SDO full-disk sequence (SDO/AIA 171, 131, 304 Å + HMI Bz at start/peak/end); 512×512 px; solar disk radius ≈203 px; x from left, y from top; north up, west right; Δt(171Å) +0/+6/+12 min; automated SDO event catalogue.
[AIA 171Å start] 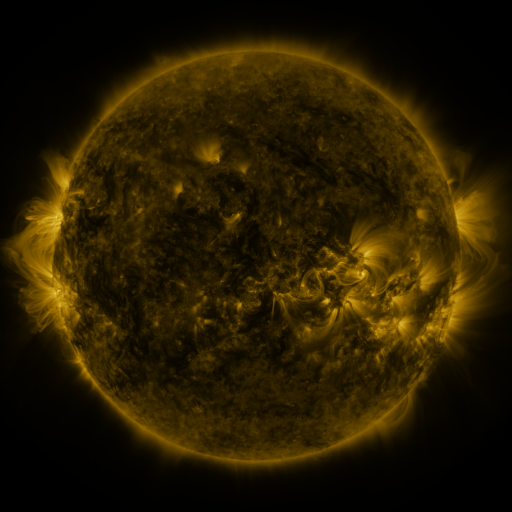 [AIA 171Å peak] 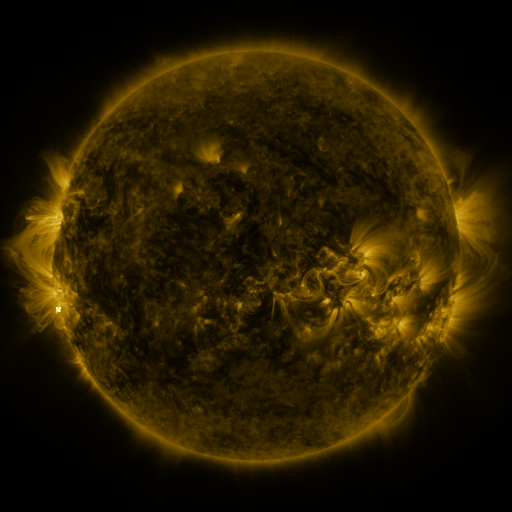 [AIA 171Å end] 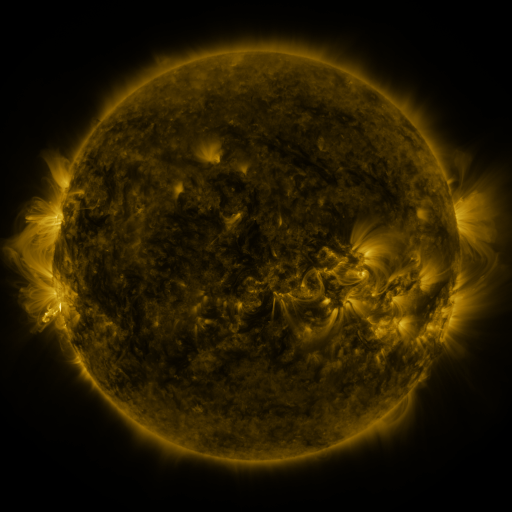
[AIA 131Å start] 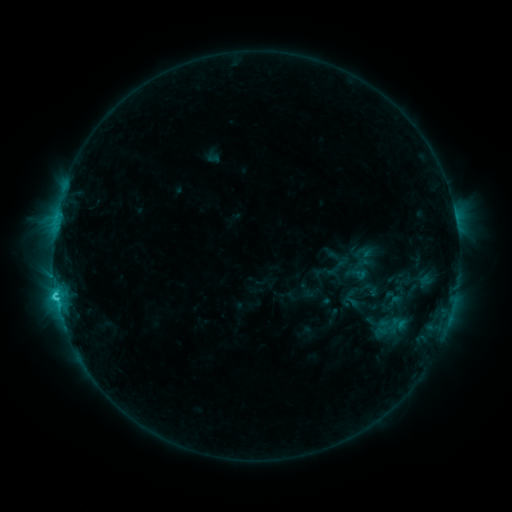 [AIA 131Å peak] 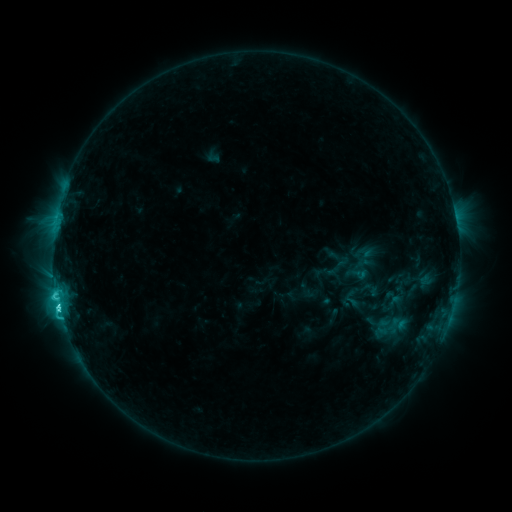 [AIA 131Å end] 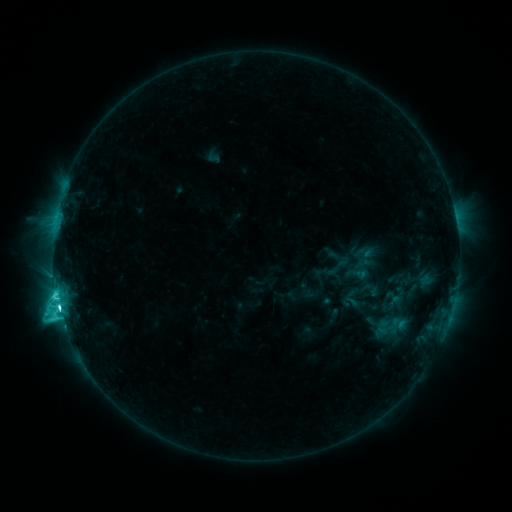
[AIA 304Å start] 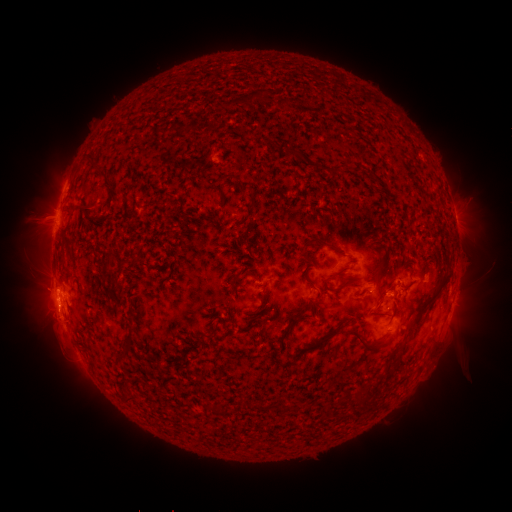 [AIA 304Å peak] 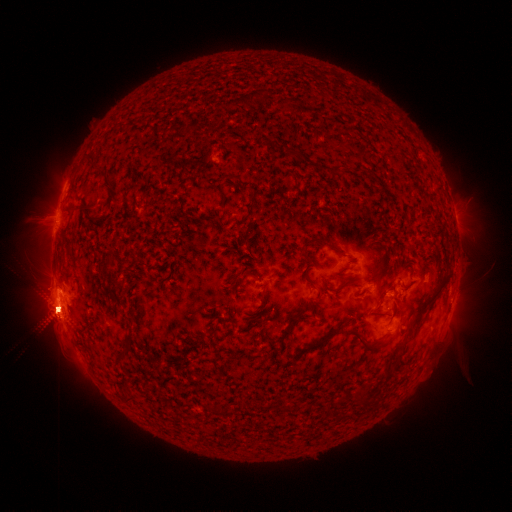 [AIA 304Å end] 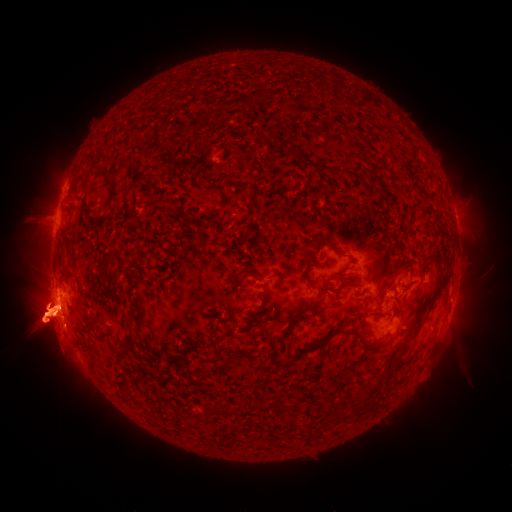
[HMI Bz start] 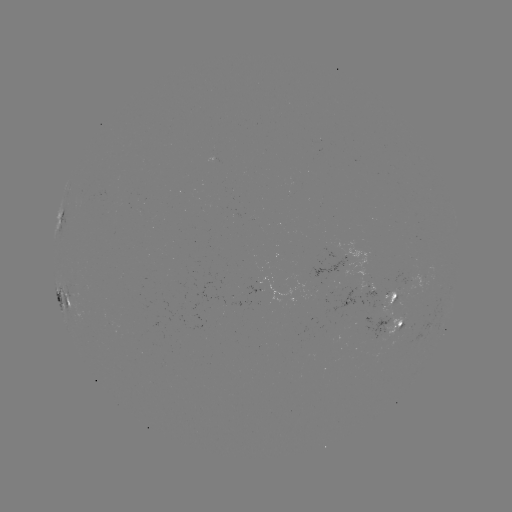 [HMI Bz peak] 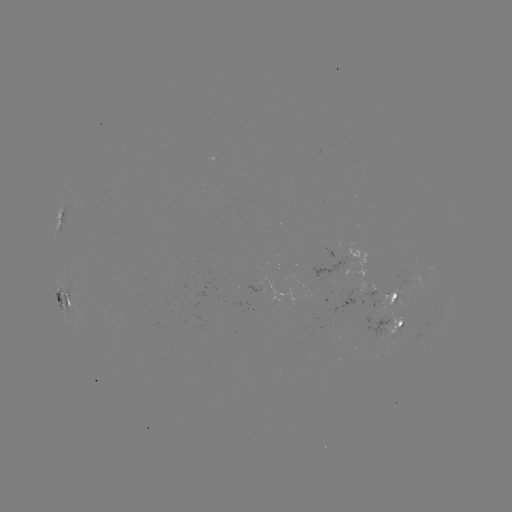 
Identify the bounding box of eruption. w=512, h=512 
[138, 288, 165, 335].